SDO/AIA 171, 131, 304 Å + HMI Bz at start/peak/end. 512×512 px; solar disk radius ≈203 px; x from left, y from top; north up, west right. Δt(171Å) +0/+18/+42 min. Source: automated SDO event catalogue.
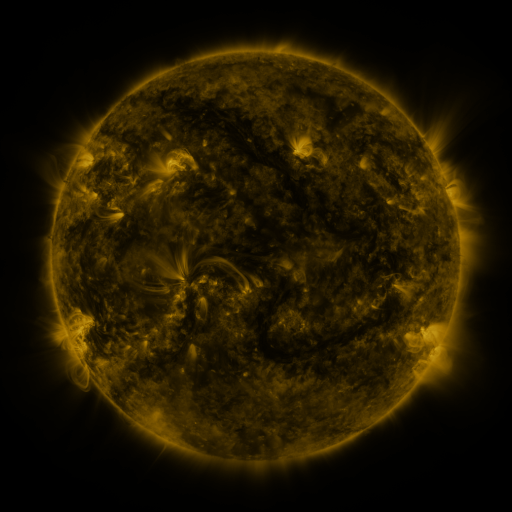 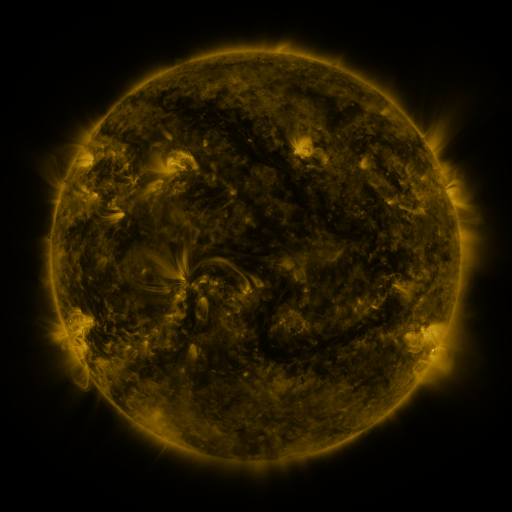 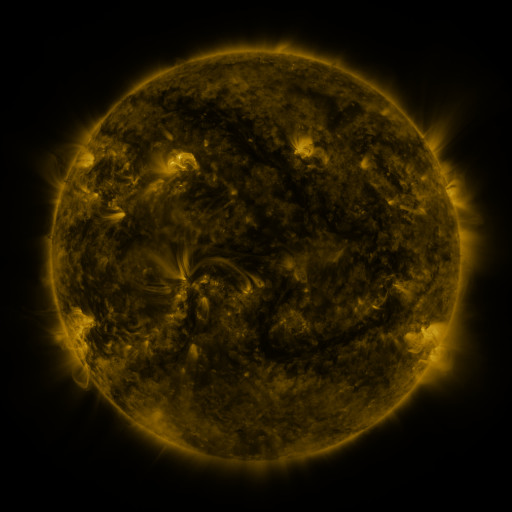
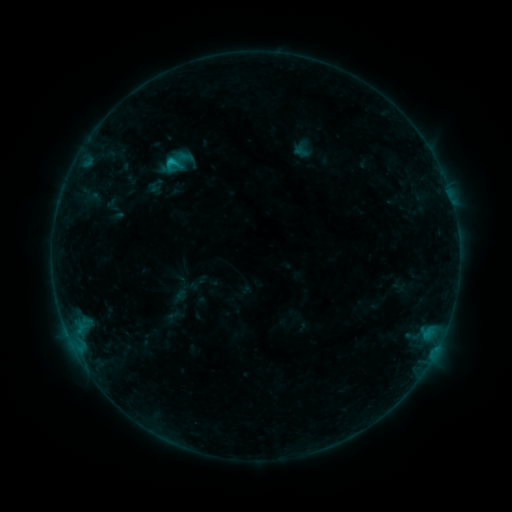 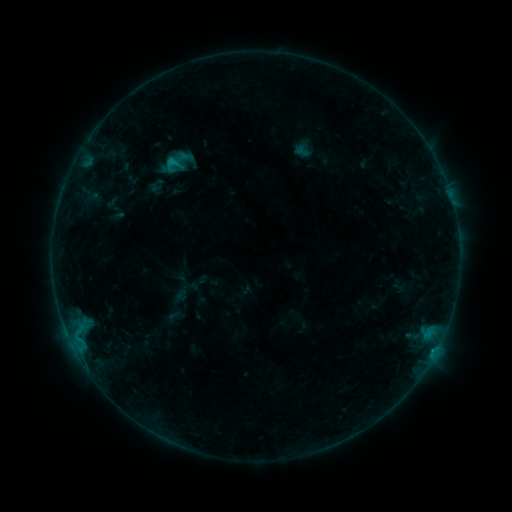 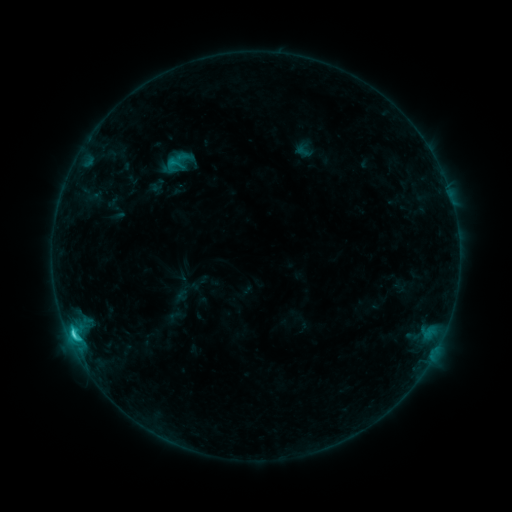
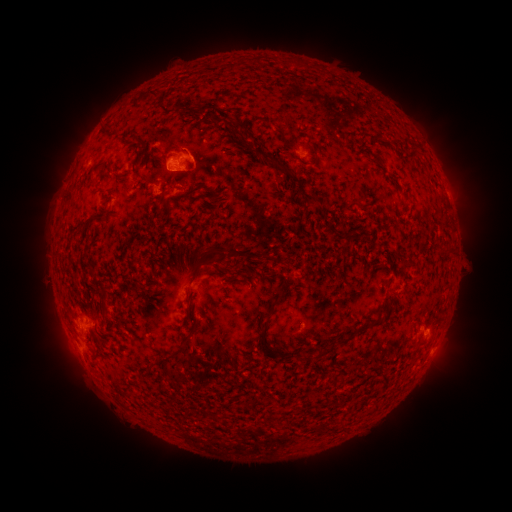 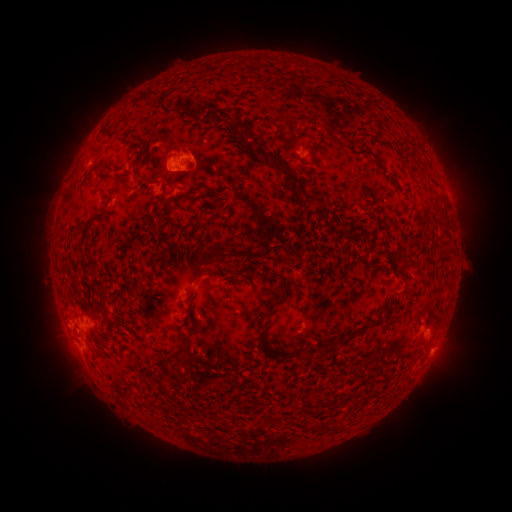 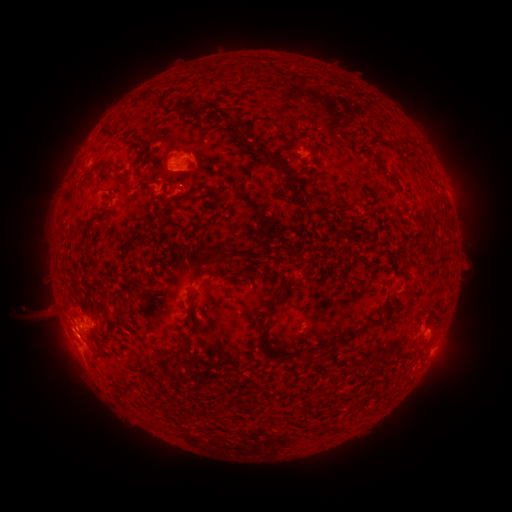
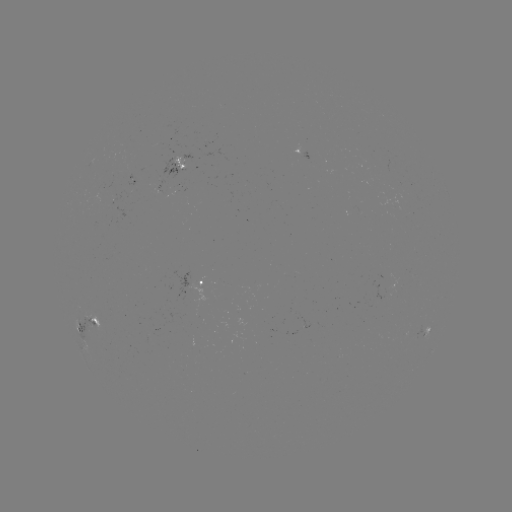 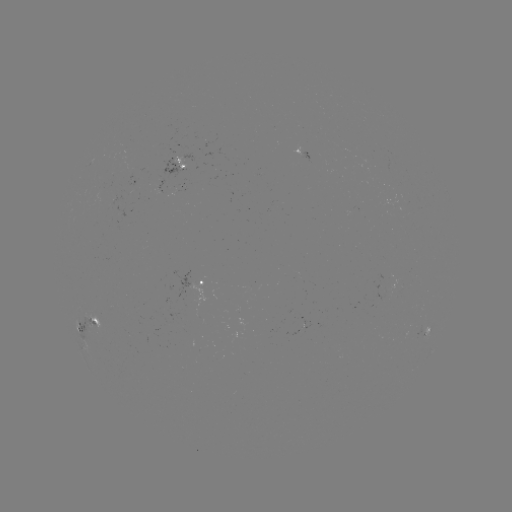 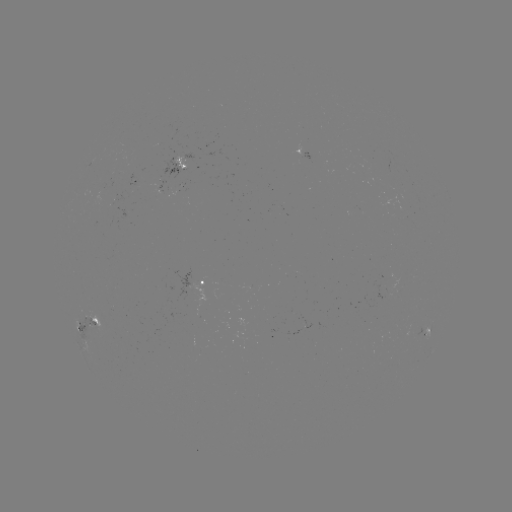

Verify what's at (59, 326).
eruption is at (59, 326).